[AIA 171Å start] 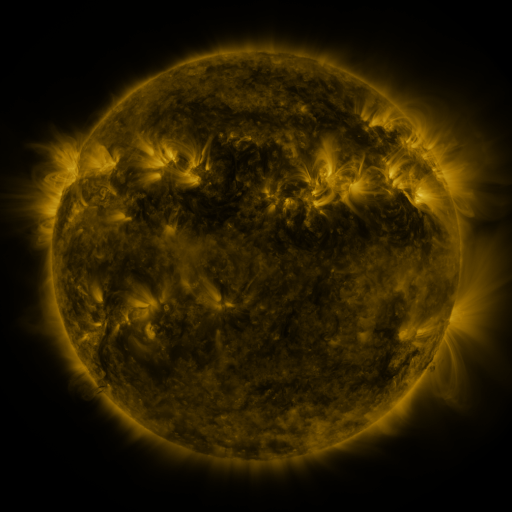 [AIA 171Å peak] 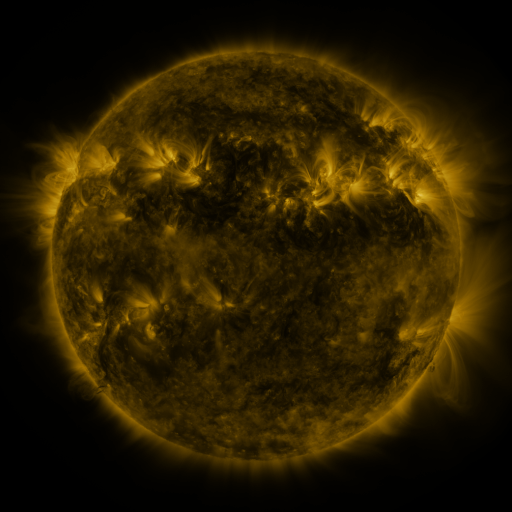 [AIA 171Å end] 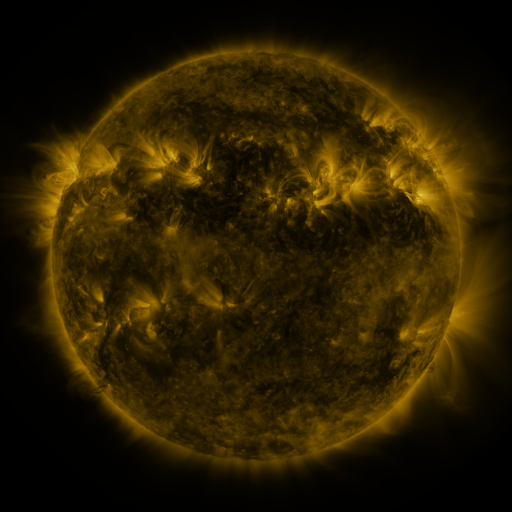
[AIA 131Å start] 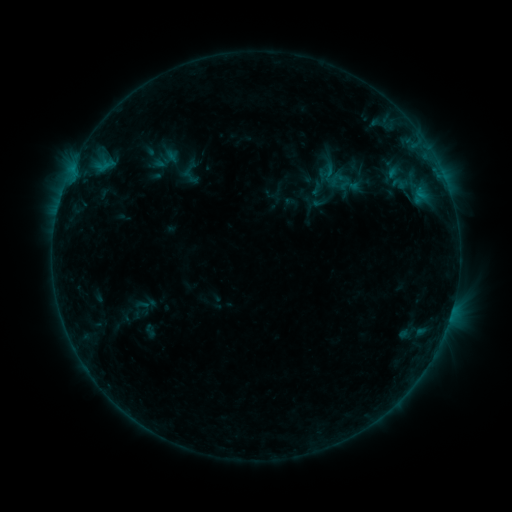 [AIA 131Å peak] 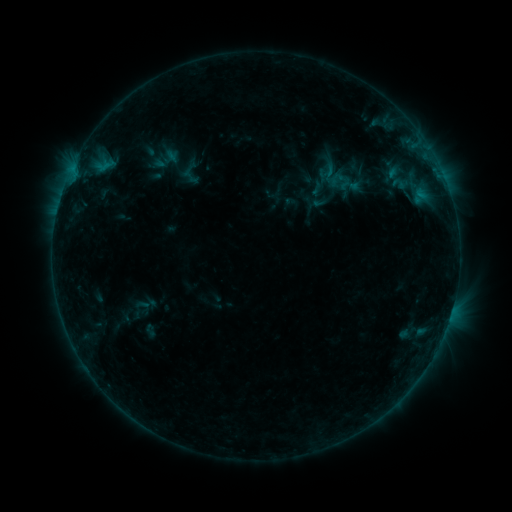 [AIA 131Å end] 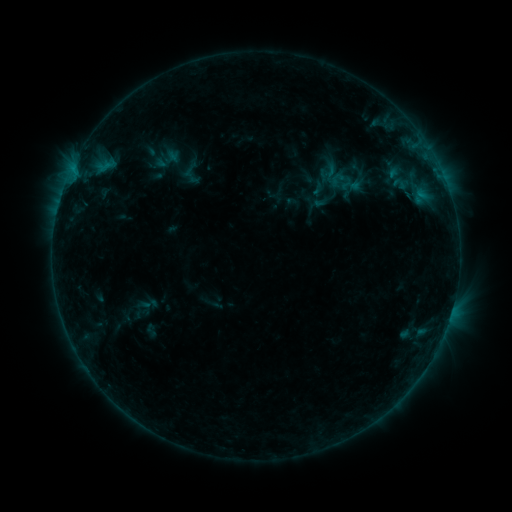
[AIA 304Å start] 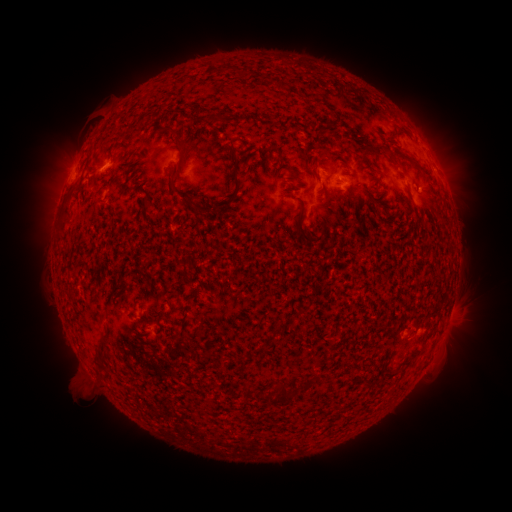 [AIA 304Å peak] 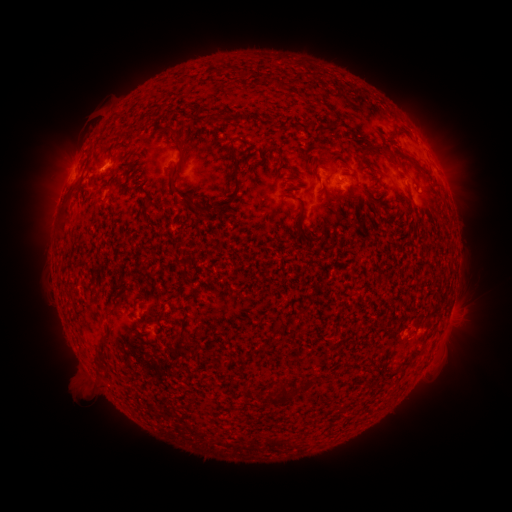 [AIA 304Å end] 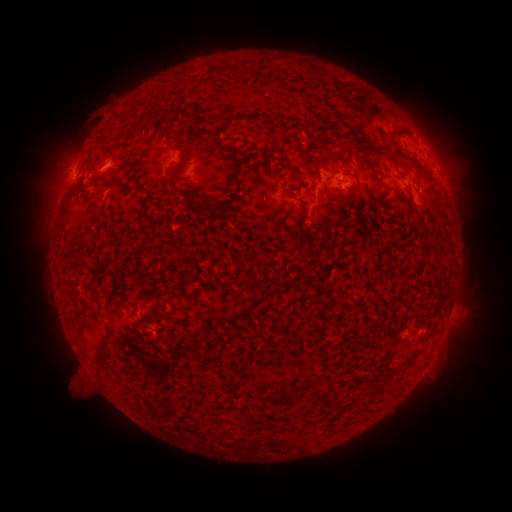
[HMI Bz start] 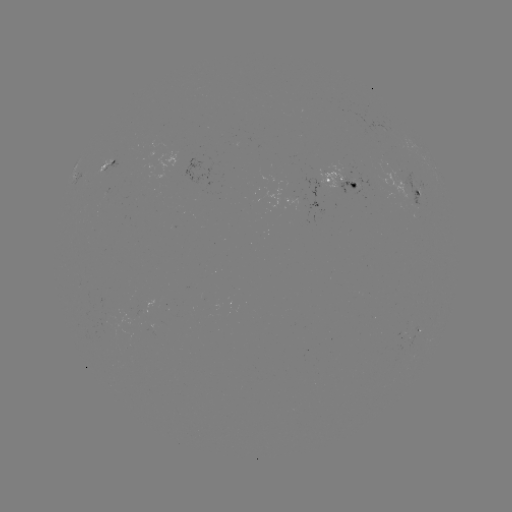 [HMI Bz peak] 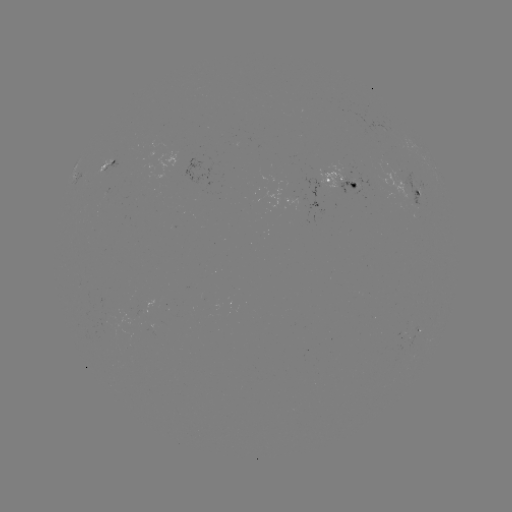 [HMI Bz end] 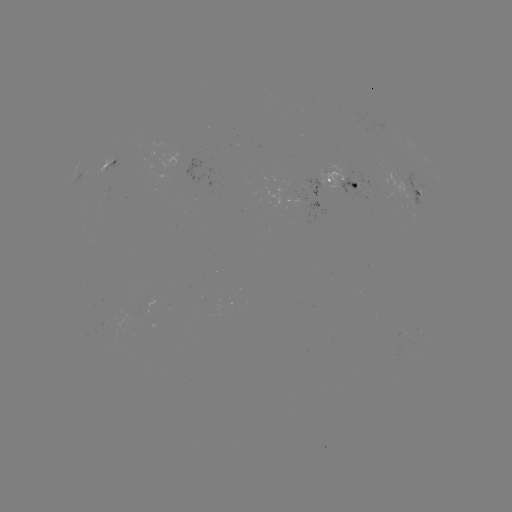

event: emerging-flux region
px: (346, 182)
